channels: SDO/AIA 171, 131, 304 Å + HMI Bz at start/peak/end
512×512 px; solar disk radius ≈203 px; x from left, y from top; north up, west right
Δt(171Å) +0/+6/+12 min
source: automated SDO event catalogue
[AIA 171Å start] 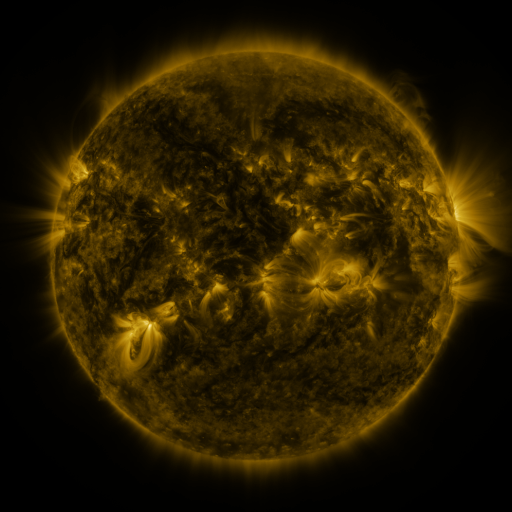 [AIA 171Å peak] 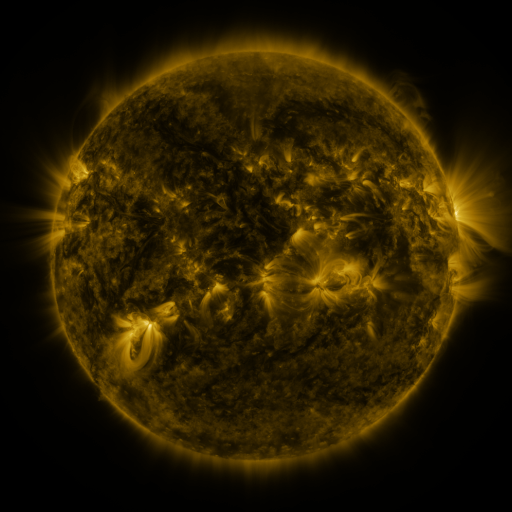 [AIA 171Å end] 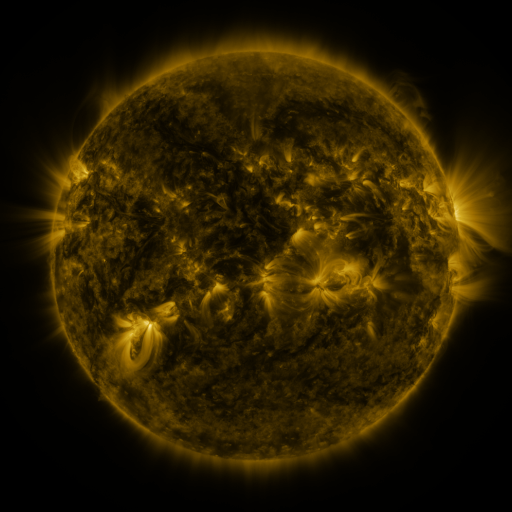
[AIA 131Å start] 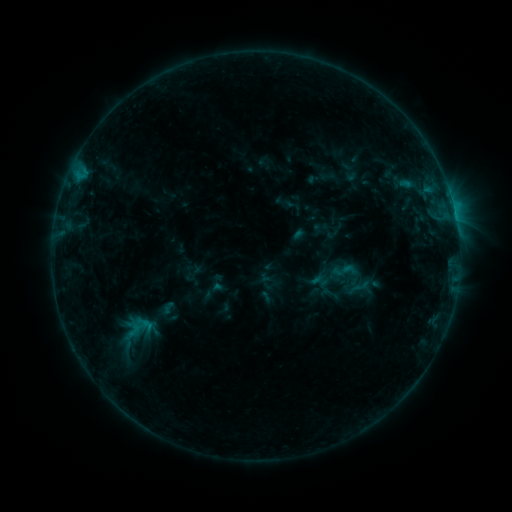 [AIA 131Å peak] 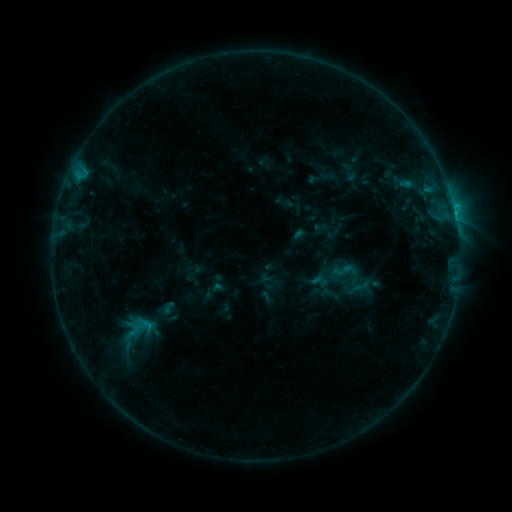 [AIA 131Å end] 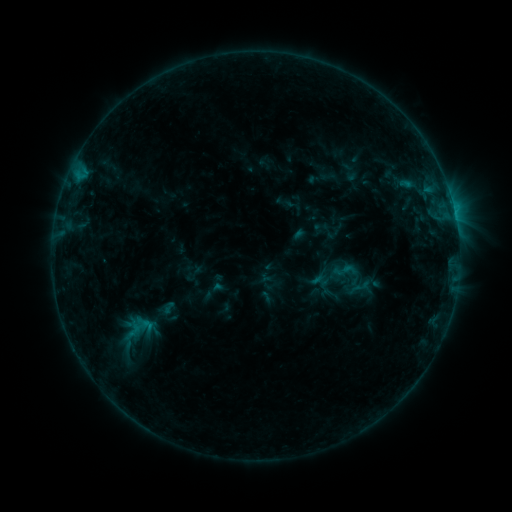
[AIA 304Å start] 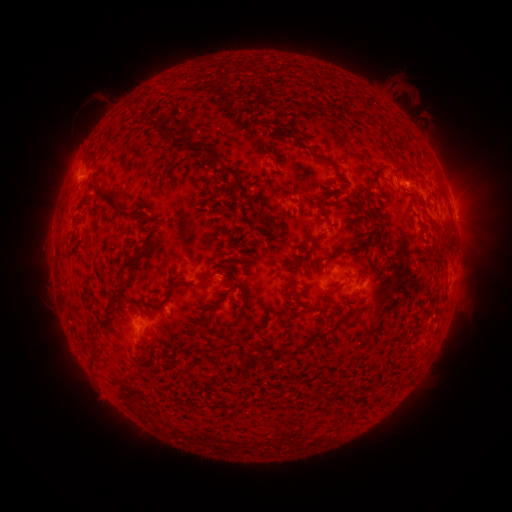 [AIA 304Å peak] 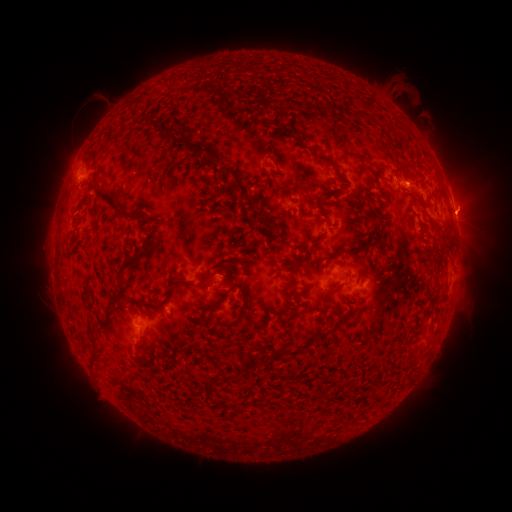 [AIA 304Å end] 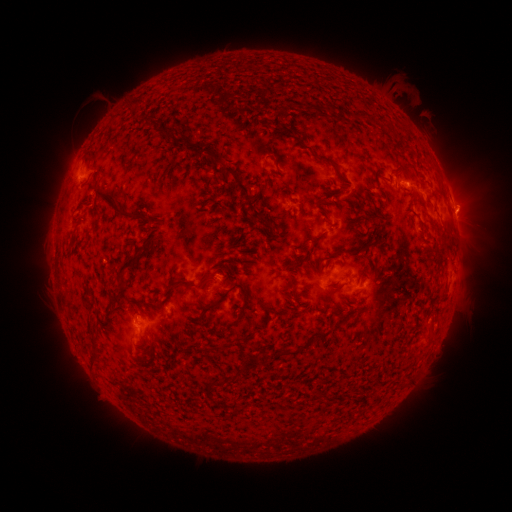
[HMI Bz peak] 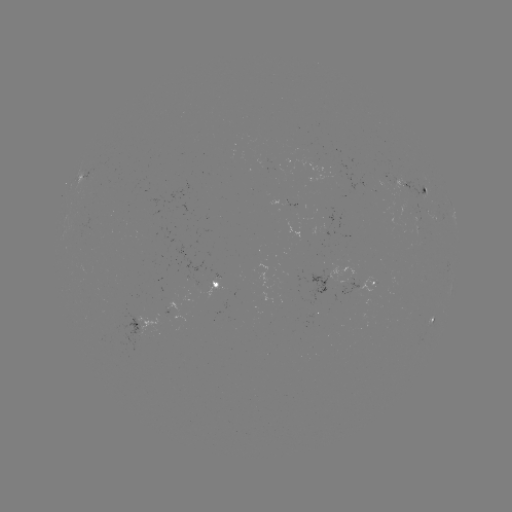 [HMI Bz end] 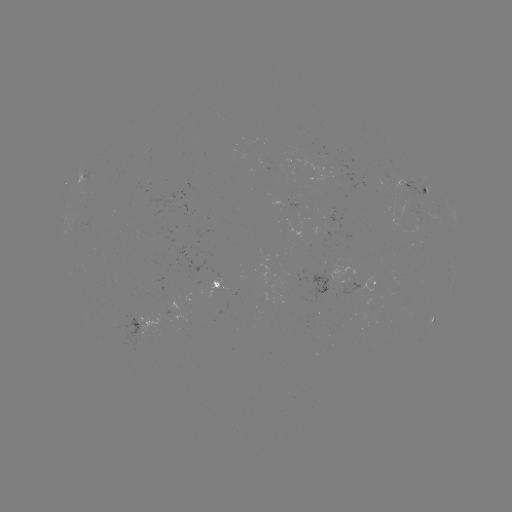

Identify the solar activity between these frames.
eruption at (463, 211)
